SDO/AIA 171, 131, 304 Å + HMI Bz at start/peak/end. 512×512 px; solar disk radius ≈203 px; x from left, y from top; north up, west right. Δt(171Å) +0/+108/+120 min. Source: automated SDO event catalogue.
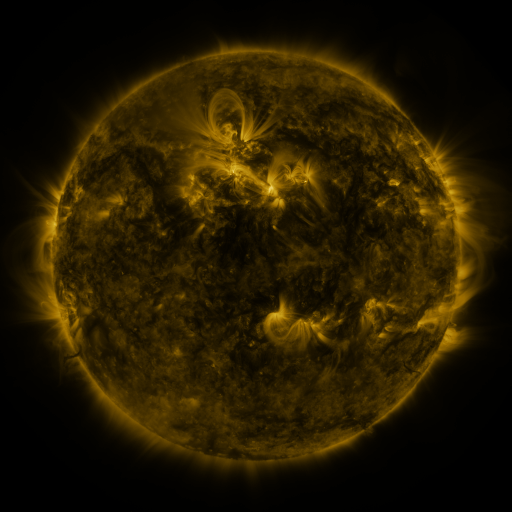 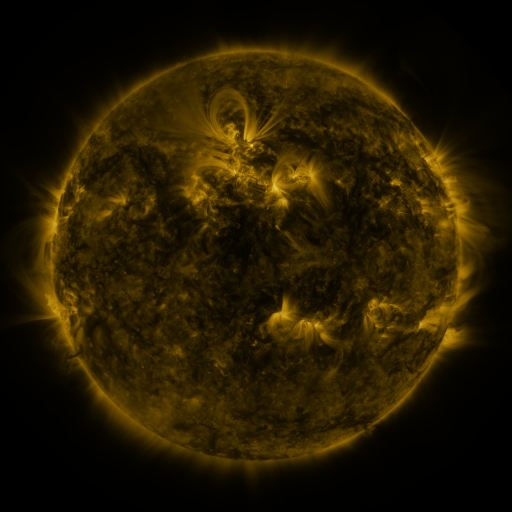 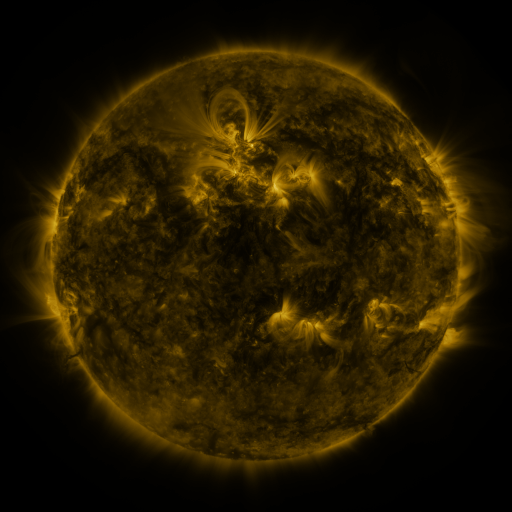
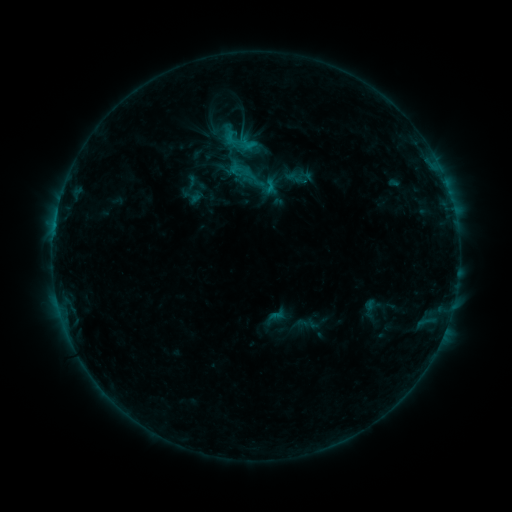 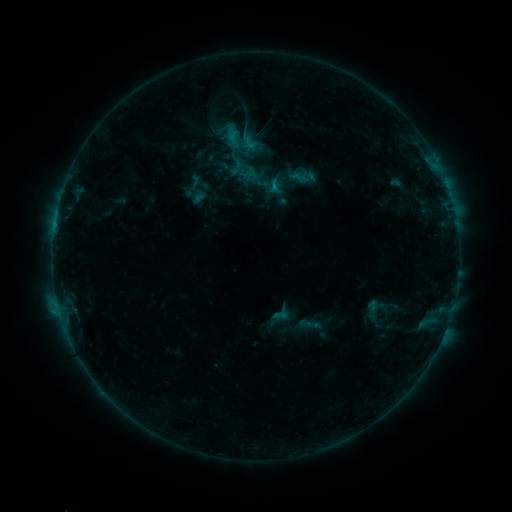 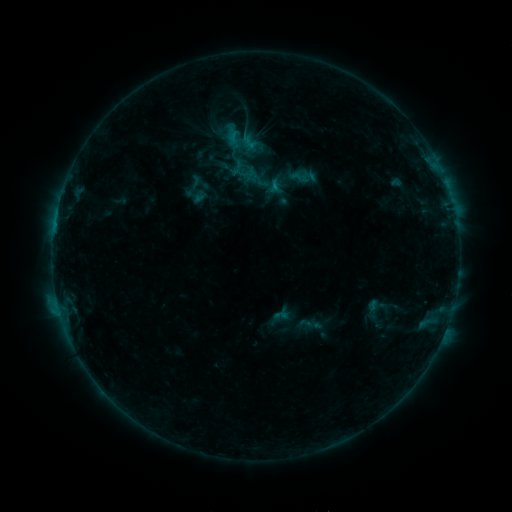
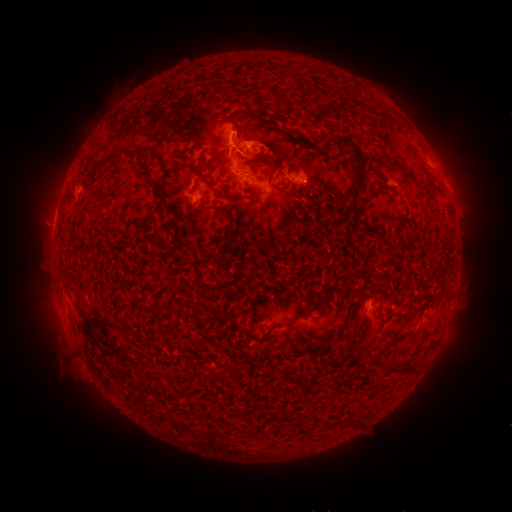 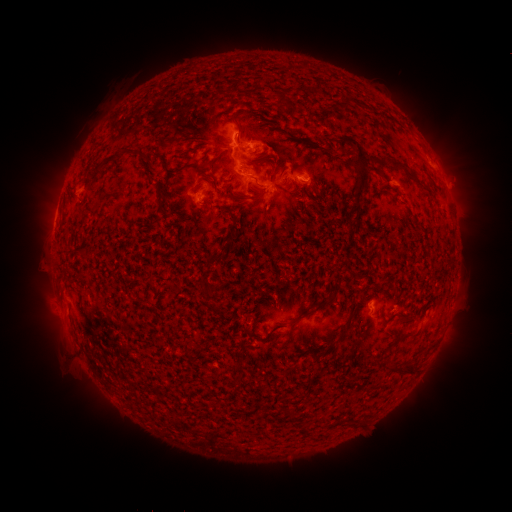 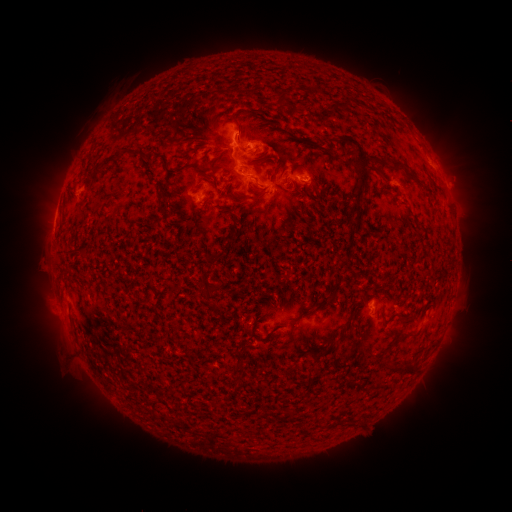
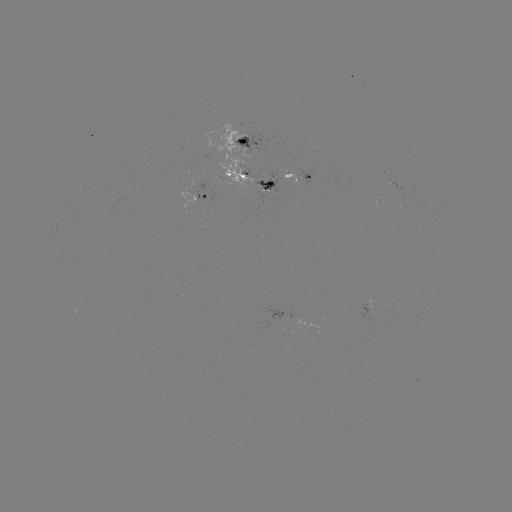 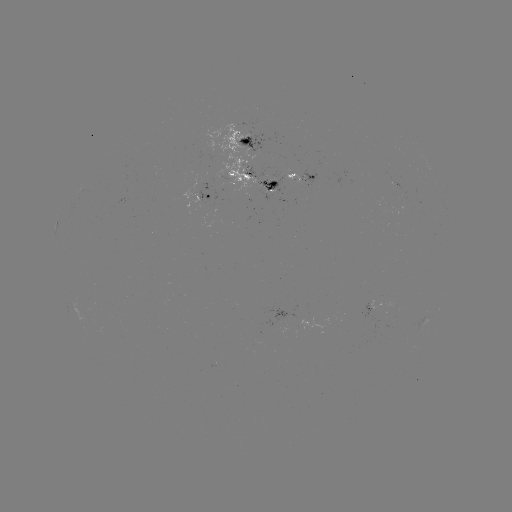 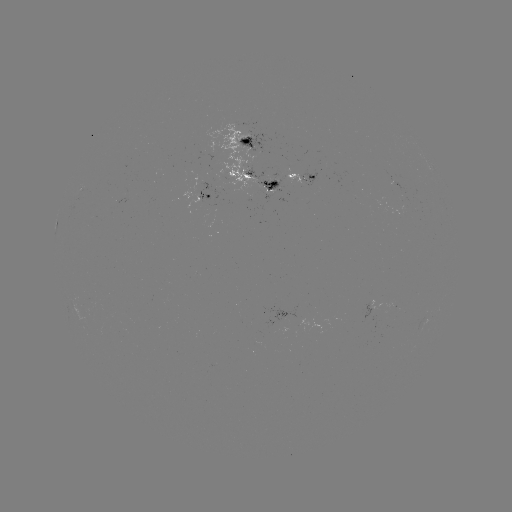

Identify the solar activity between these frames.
emerging-flux region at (293, 180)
